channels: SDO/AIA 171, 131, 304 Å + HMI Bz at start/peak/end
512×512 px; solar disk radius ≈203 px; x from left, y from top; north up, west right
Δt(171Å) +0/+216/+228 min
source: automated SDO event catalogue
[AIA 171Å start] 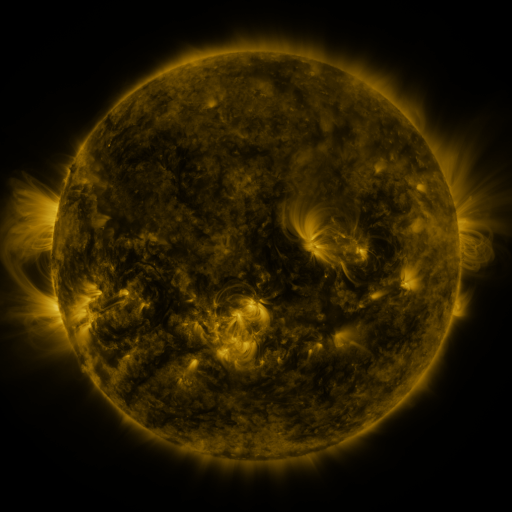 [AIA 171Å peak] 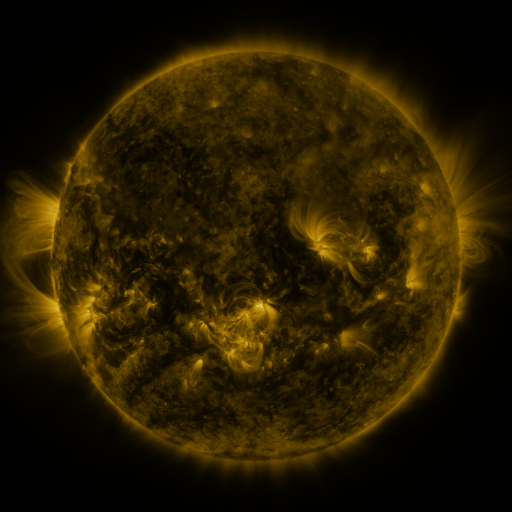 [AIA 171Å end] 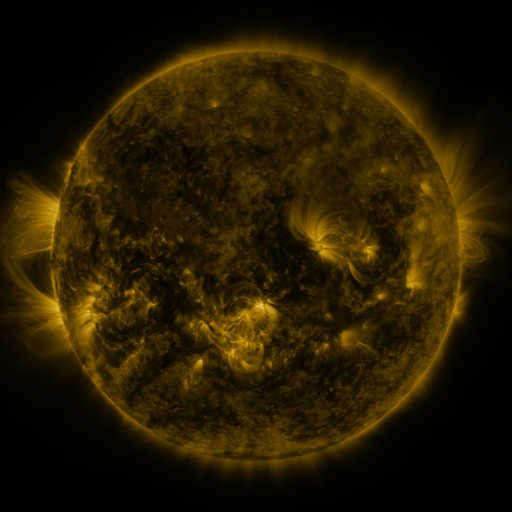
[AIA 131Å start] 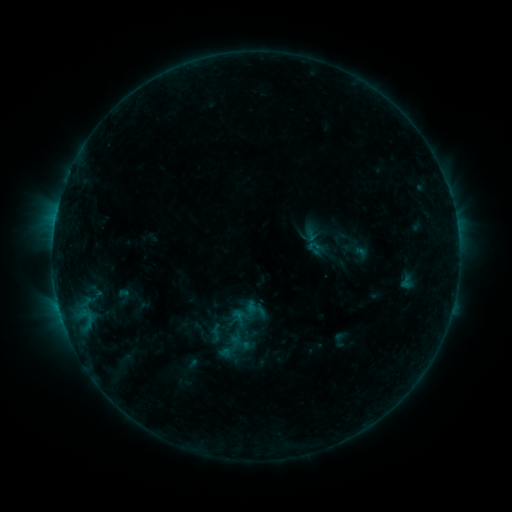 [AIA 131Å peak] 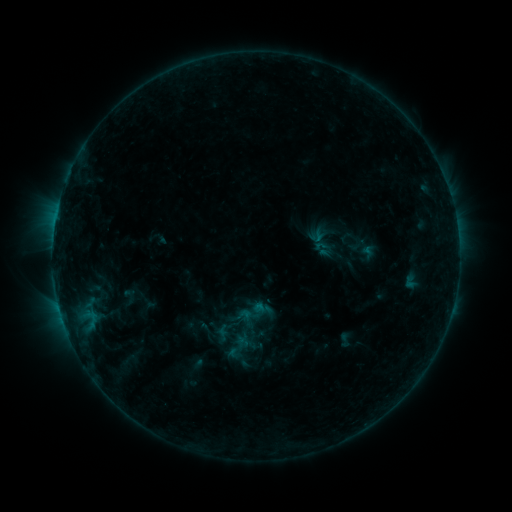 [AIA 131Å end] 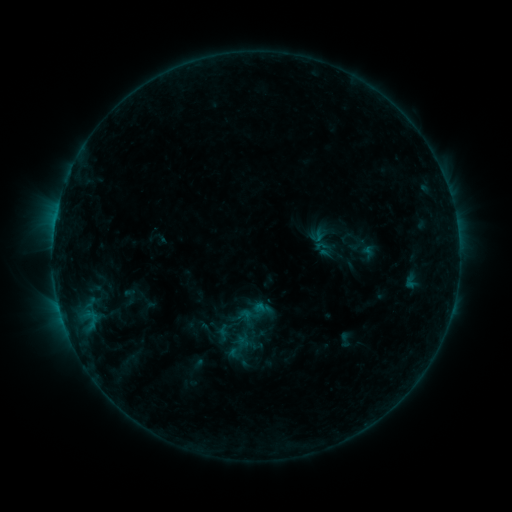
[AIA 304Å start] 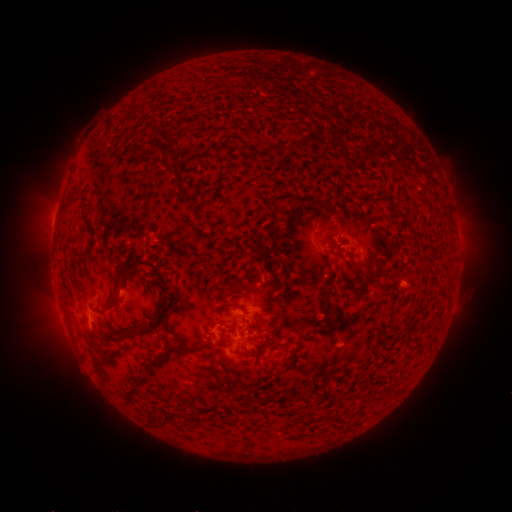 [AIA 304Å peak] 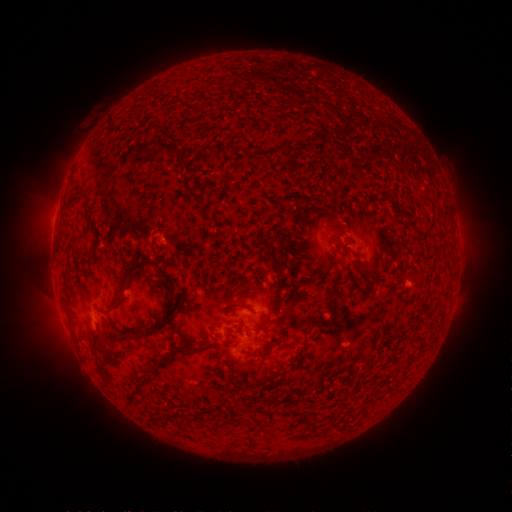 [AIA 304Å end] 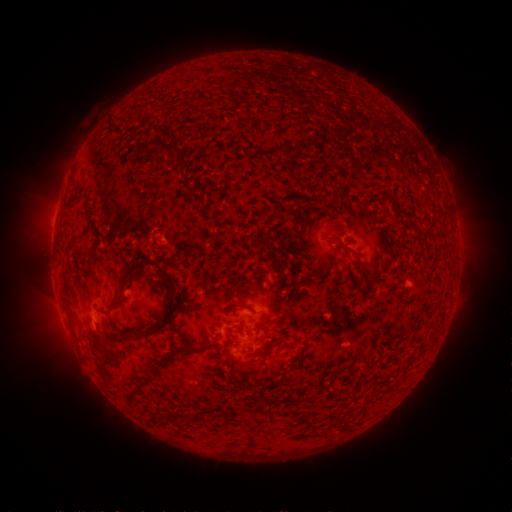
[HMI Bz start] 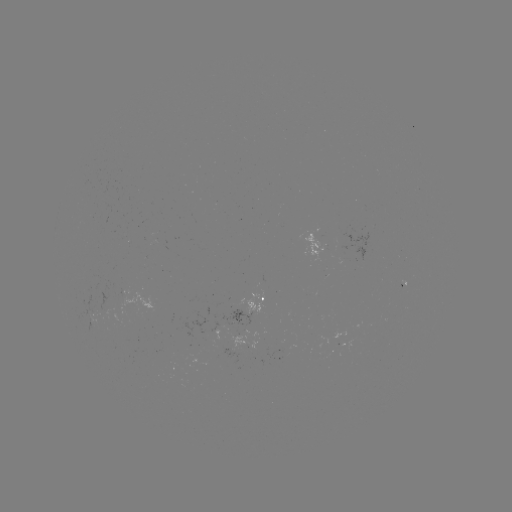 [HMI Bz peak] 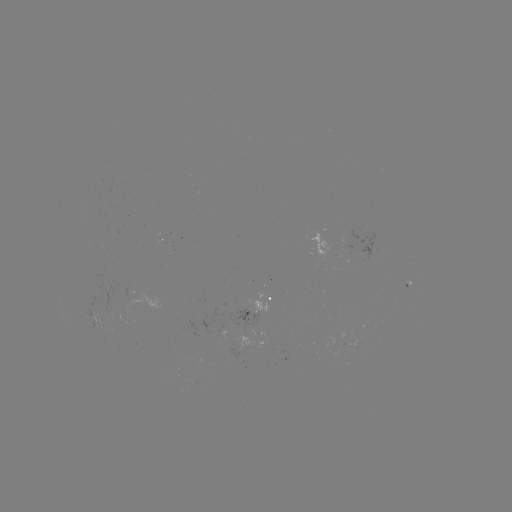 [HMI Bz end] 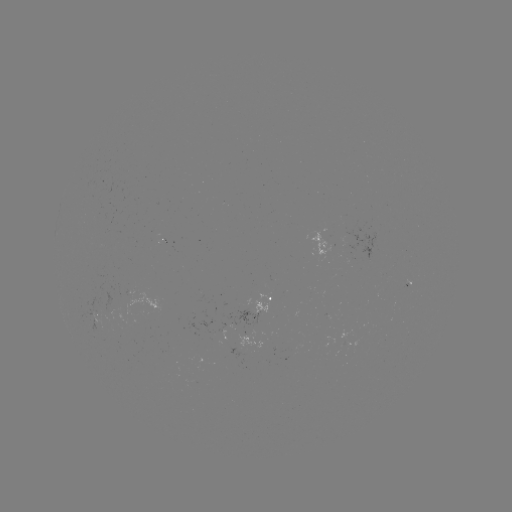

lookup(emerging-flux region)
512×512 (326, 246)